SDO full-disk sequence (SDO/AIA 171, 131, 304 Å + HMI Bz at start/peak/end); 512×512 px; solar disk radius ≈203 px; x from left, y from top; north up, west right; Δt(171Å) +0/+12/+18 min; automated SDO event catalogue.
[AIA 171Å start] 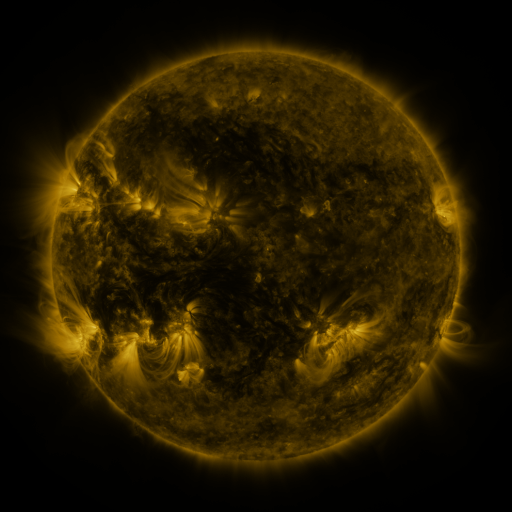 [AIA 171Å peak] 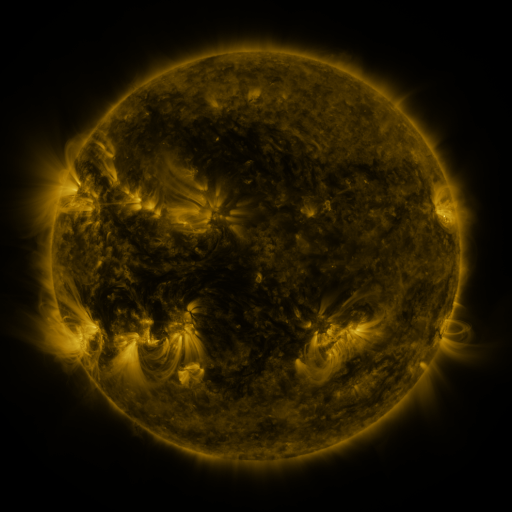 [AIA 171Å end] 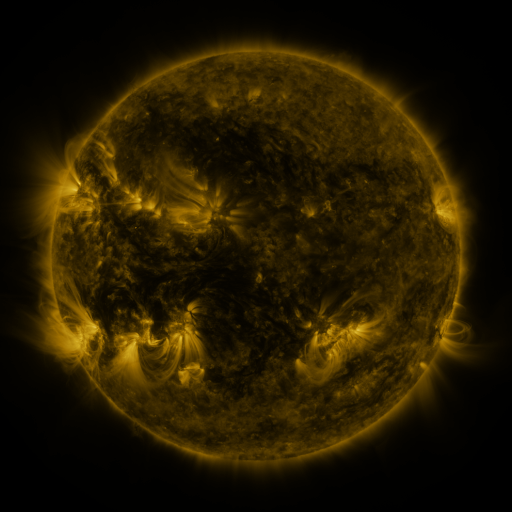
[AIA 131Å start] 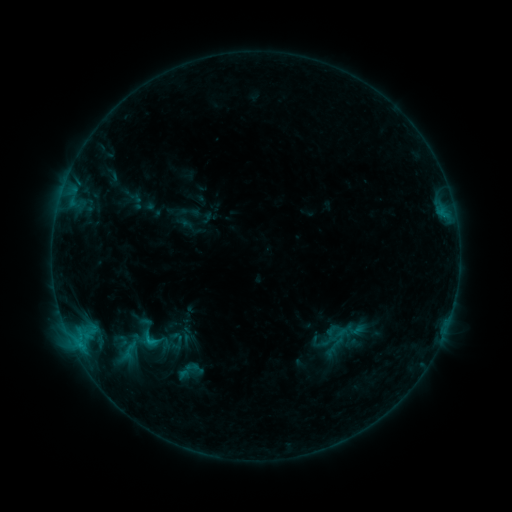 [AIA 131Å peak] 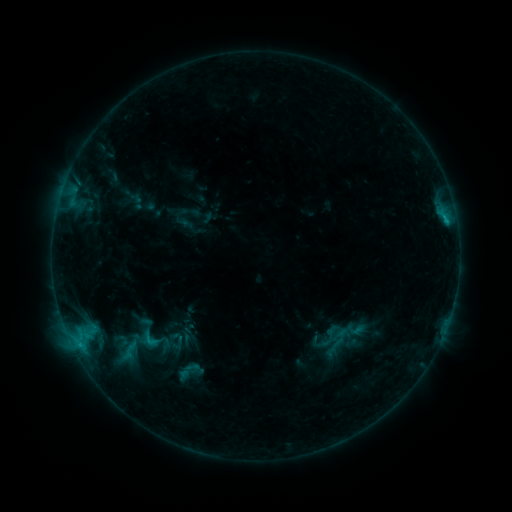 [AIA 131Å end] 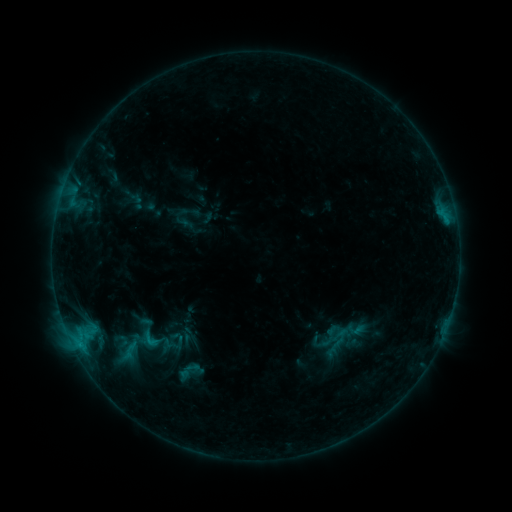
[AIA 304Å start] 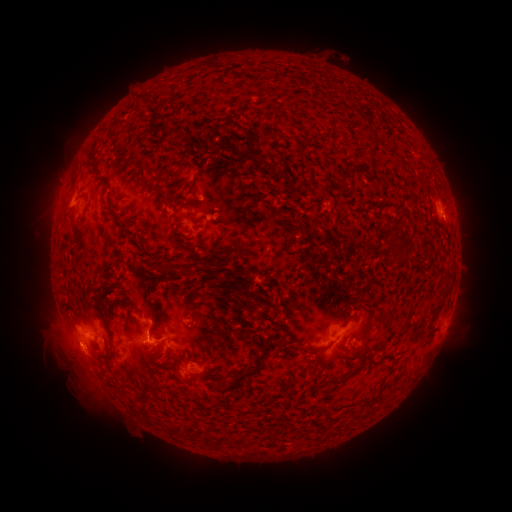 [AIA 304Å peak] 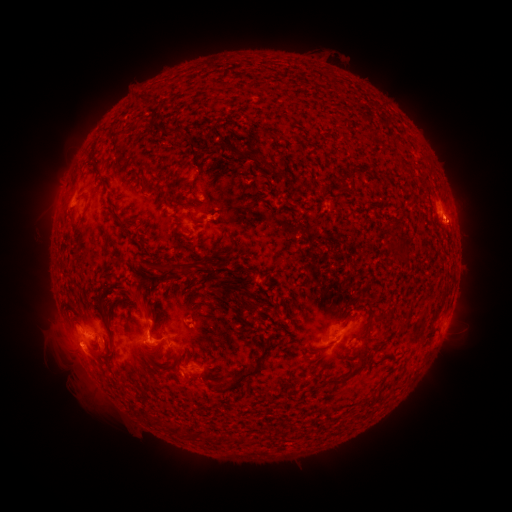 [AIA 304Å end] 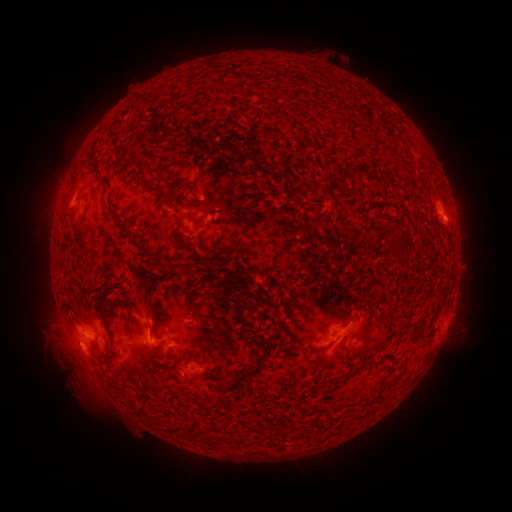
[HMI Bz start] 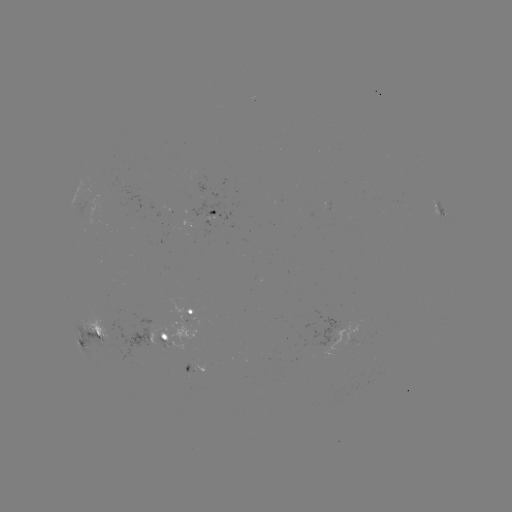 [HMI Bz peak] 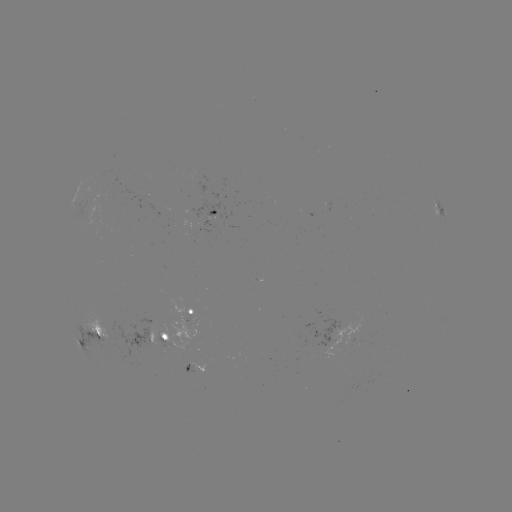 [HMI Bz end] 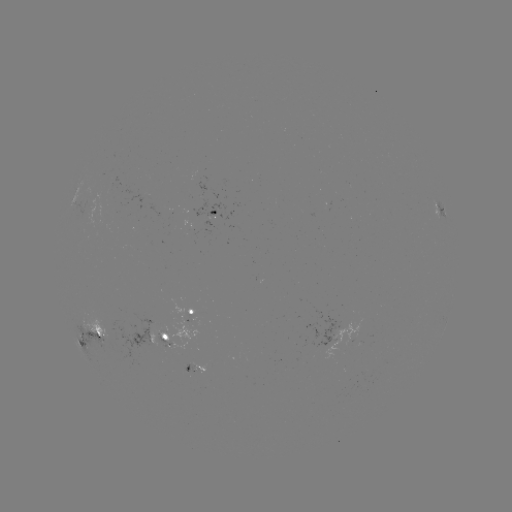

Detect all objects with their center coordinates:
eruption: (459, 226)
